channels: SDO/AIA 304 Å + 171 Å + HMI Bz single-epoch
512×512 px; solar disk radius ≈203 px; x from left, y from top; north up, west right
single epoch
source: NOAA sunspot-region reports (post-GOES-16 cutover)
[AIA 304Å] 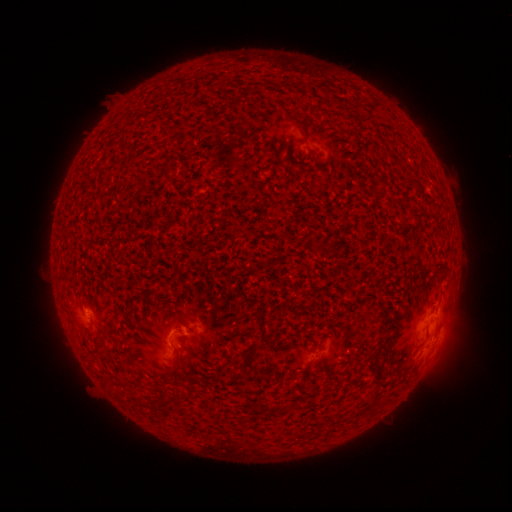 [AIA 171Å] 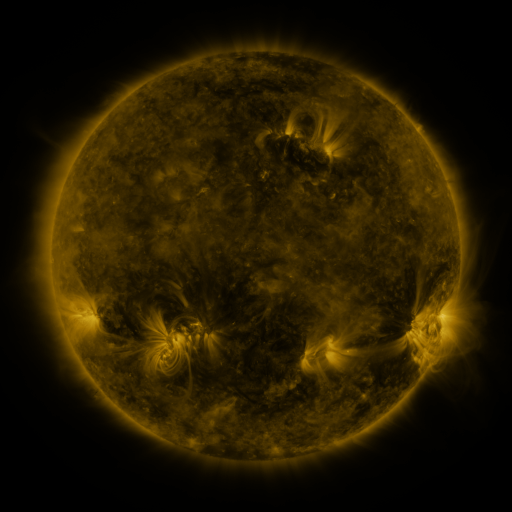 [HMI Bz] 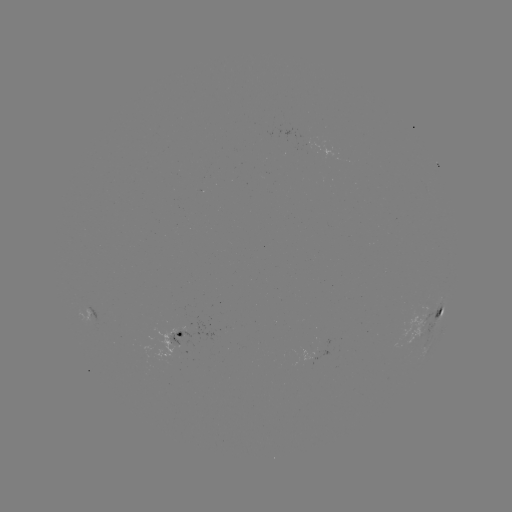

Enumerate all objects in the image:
spotted active region: (439, 315)
spotted active region: (444, 332)
spotted active region: (179, 336)
